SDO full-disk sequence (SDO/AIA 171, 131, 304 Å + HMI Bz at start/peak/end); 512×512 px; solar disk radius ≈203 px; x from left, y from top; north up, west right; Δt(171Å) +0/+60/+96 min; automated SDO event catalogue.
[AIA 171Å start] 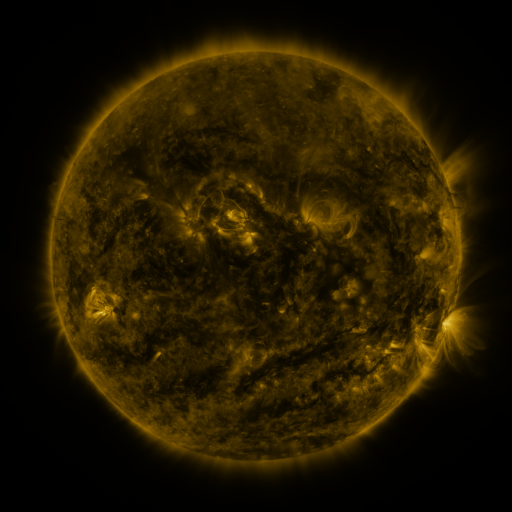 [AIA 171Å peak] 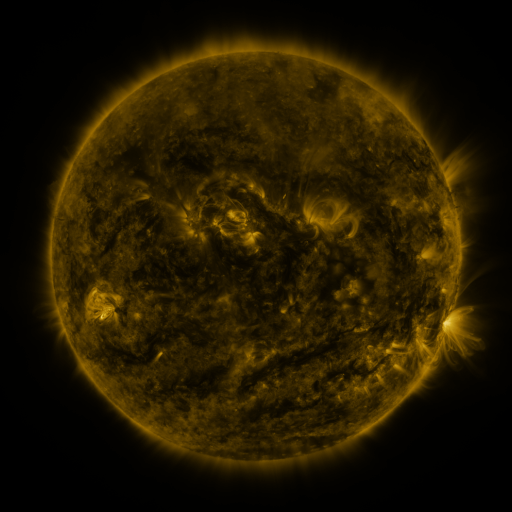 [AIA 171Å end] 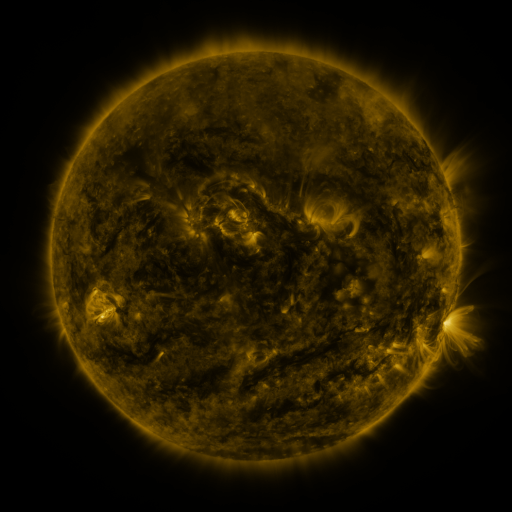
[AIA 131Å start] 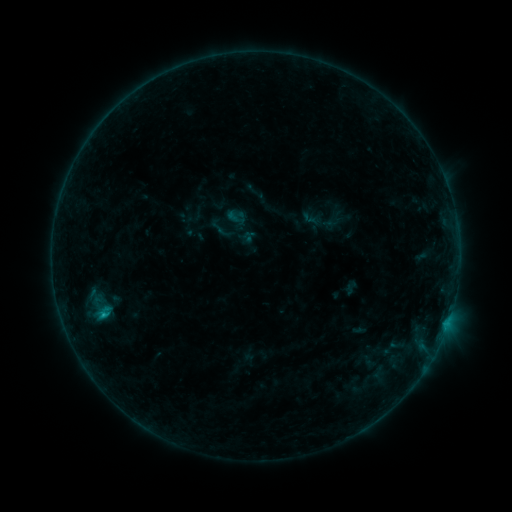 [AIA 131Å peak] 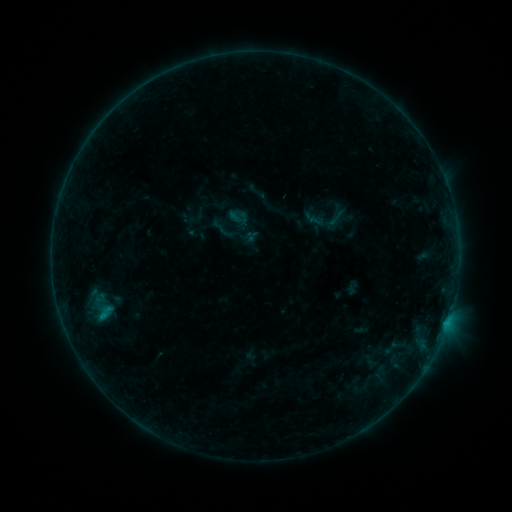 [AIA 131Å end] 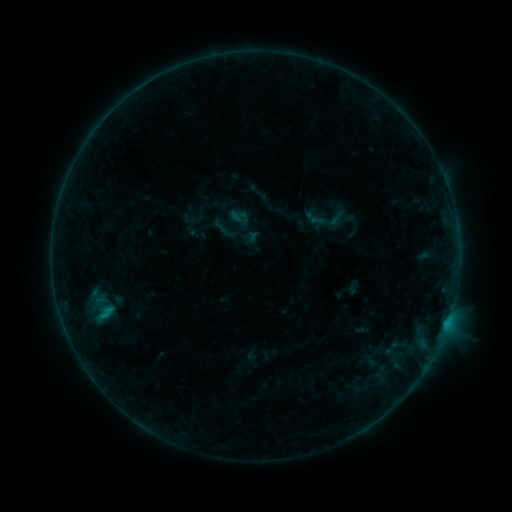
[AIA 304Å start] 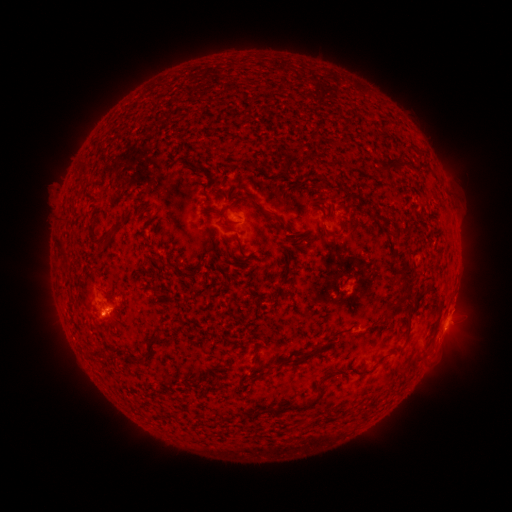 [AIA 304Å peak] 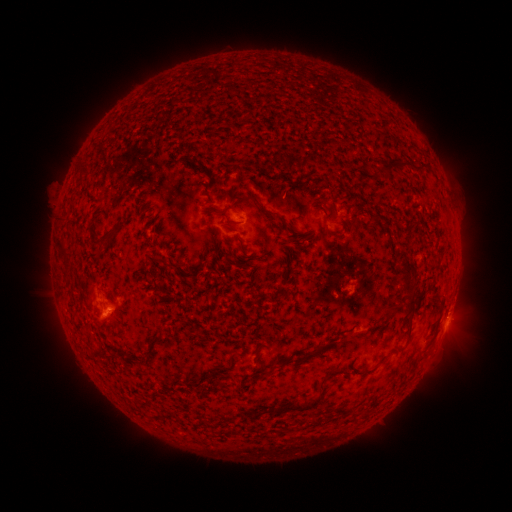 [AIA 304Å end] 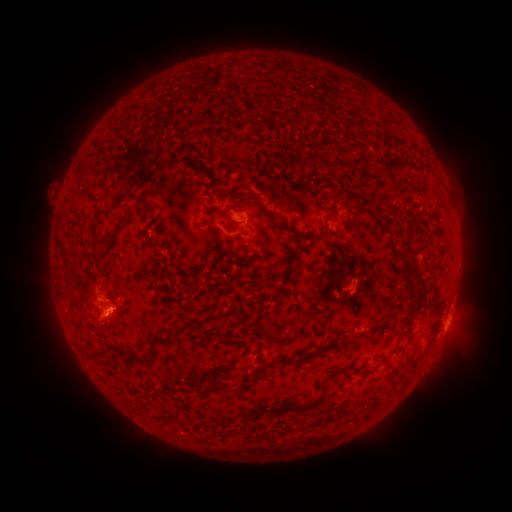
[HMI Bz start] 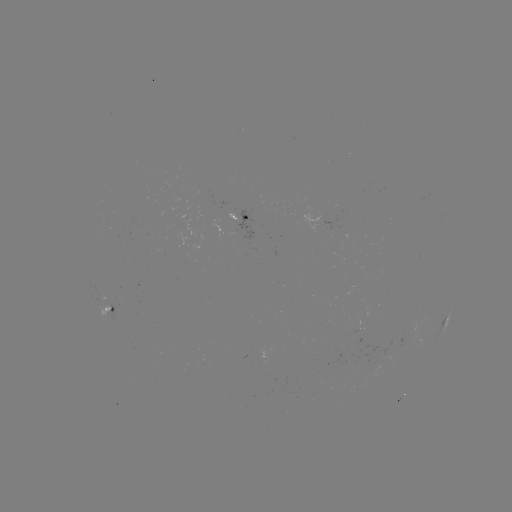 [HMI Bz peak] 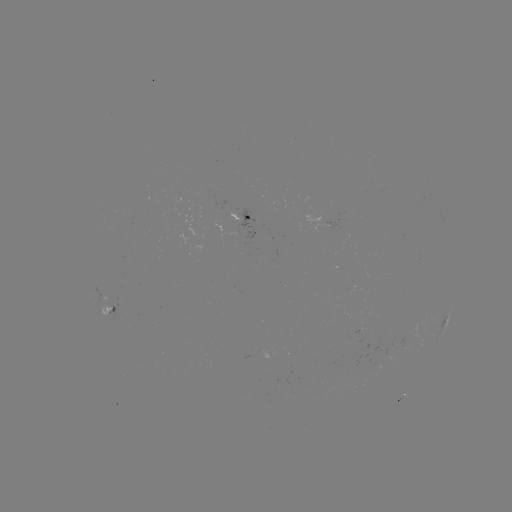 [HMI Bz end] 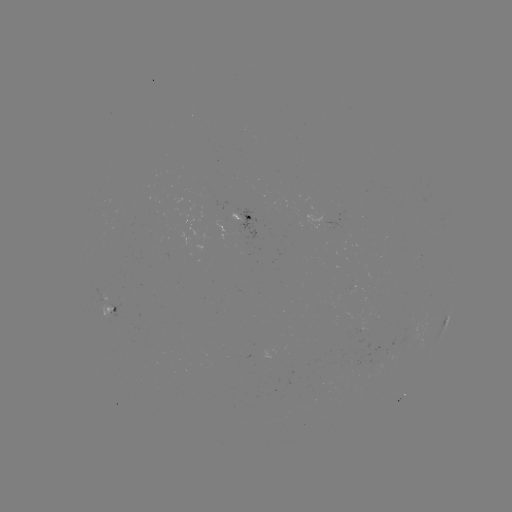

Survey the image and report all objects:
emerging-flux region: (333, 360)
